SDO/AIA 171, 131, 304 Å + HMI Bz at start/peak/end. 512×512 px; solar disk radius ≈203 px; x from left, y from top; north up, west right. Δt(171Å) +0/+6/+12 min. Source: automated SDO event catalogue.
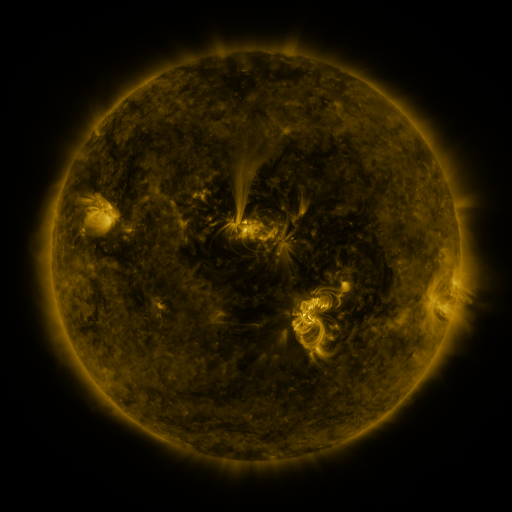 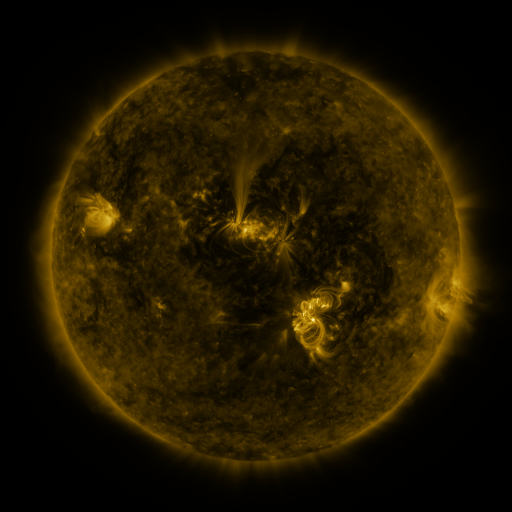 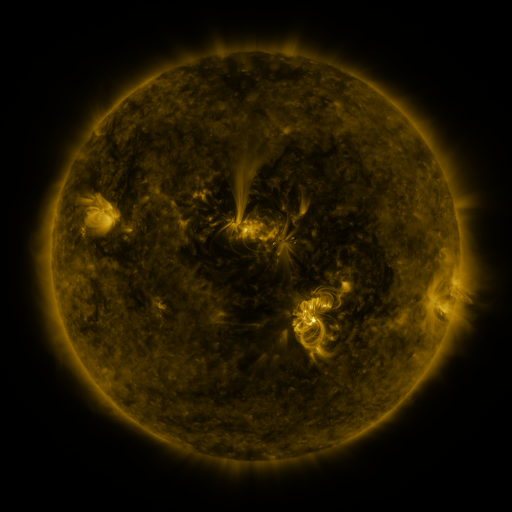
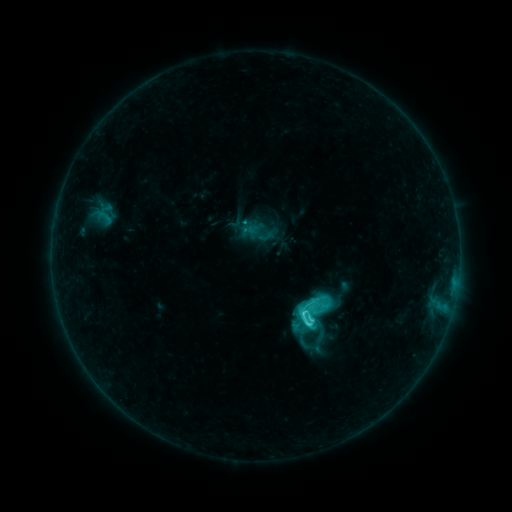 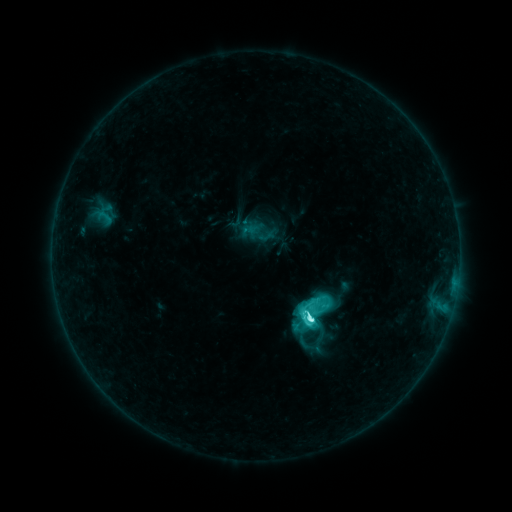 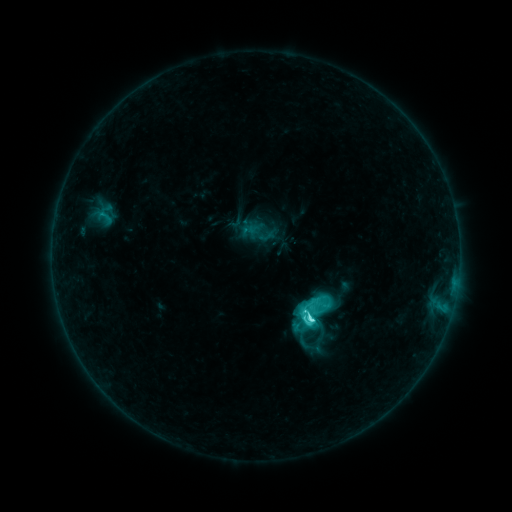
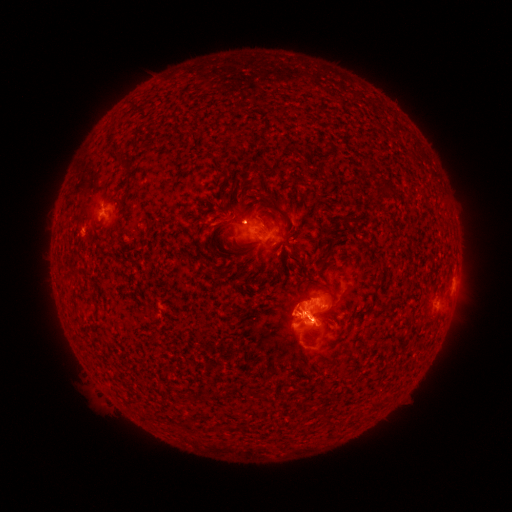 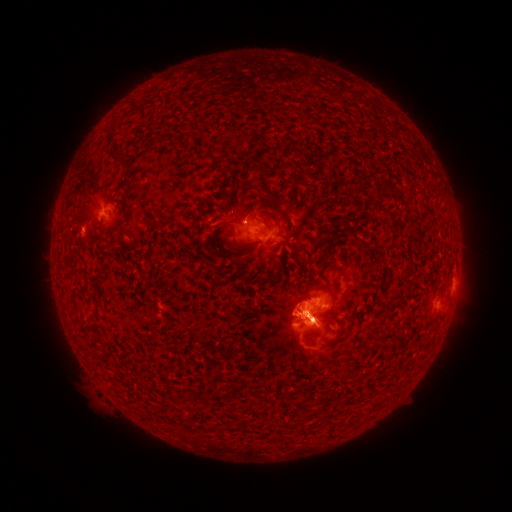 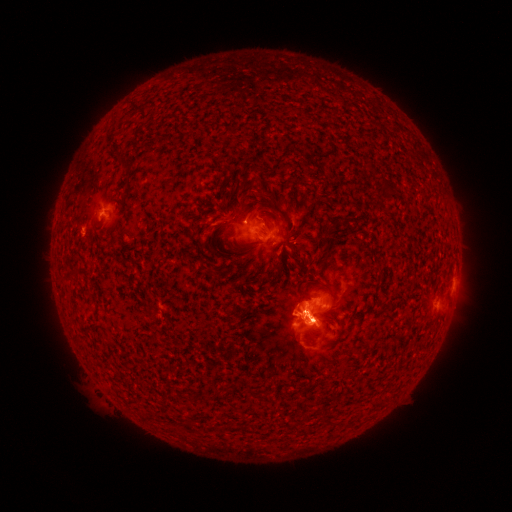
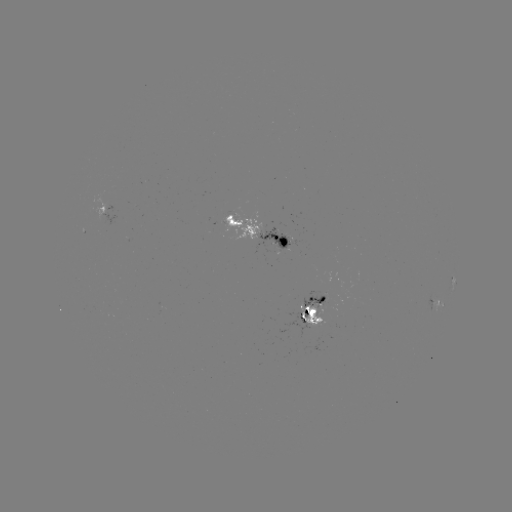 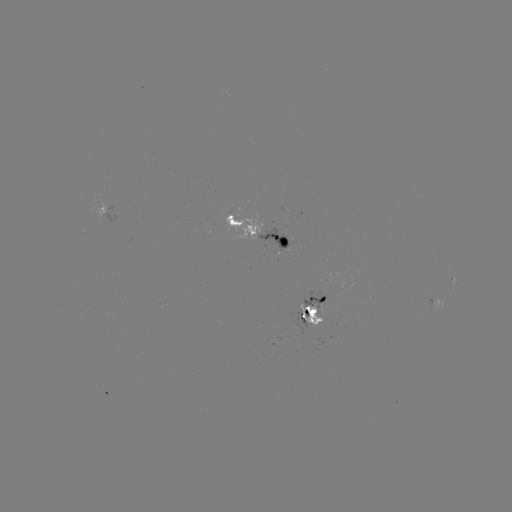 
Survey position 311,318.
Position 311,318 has C9.8 flare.